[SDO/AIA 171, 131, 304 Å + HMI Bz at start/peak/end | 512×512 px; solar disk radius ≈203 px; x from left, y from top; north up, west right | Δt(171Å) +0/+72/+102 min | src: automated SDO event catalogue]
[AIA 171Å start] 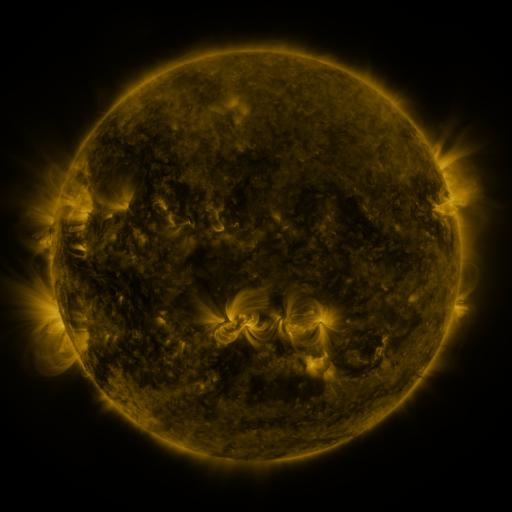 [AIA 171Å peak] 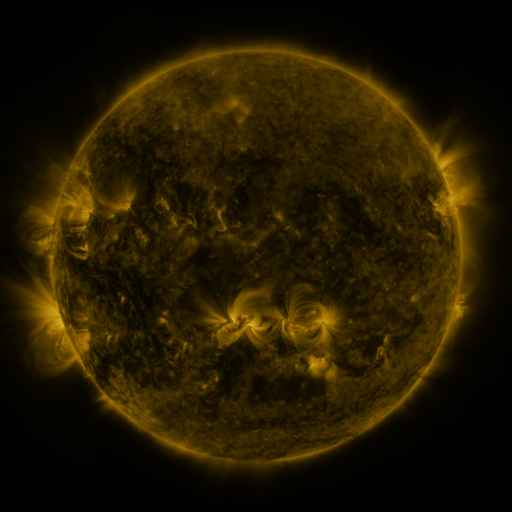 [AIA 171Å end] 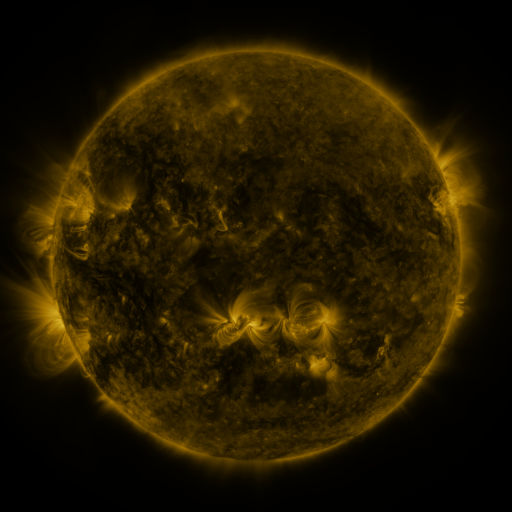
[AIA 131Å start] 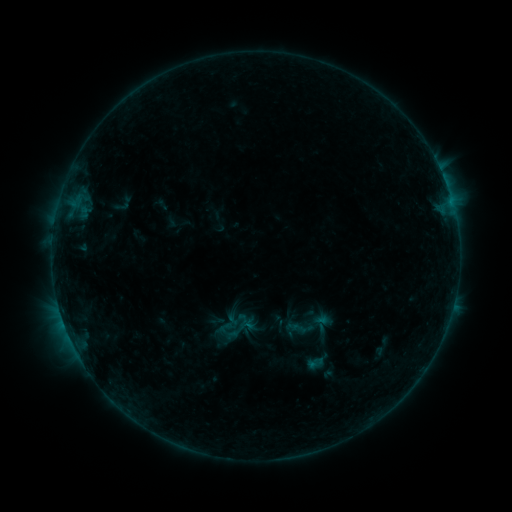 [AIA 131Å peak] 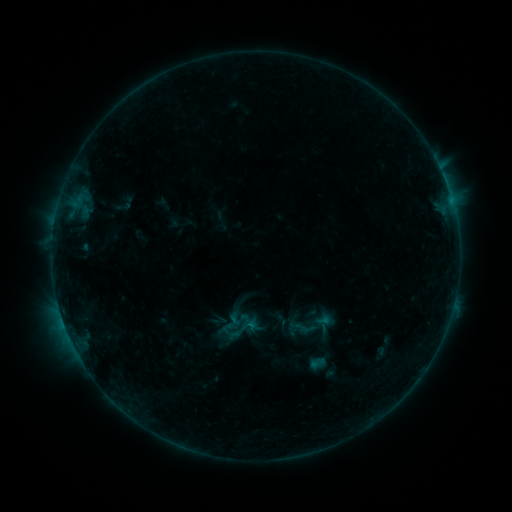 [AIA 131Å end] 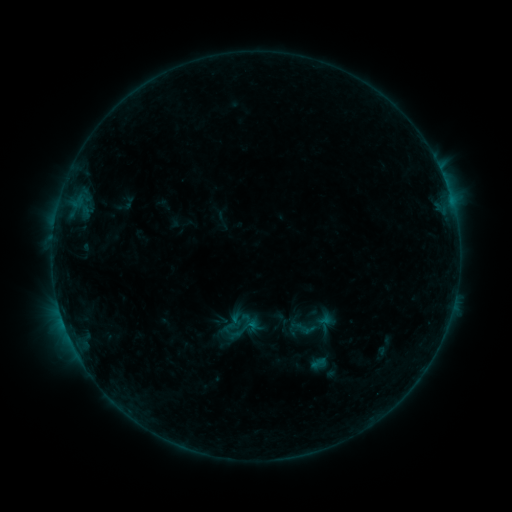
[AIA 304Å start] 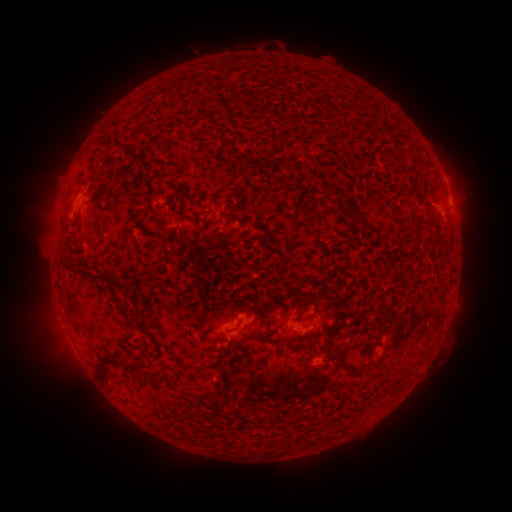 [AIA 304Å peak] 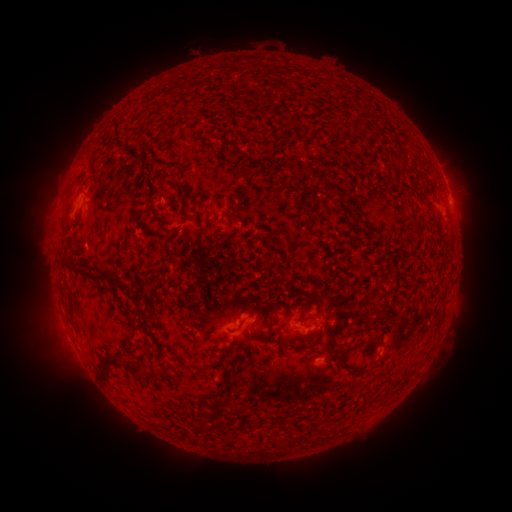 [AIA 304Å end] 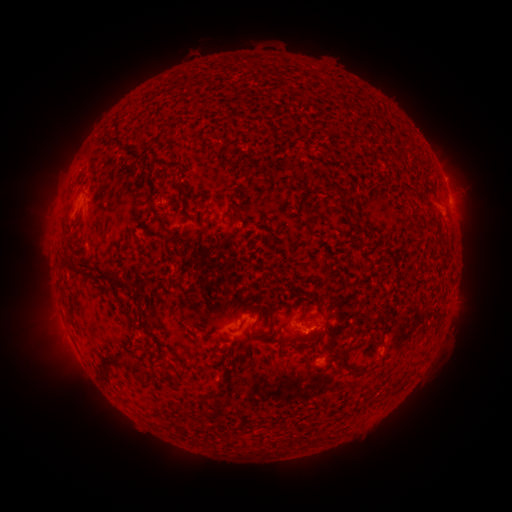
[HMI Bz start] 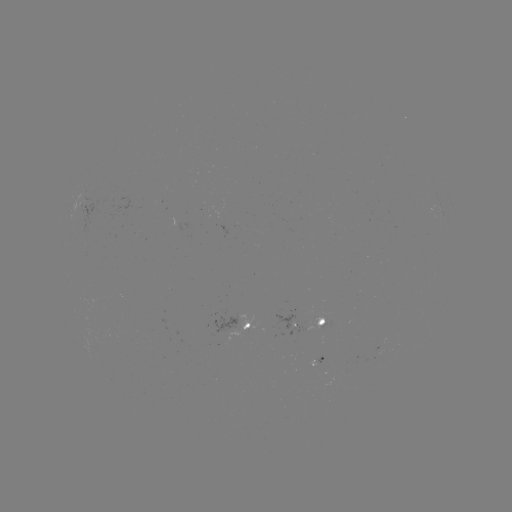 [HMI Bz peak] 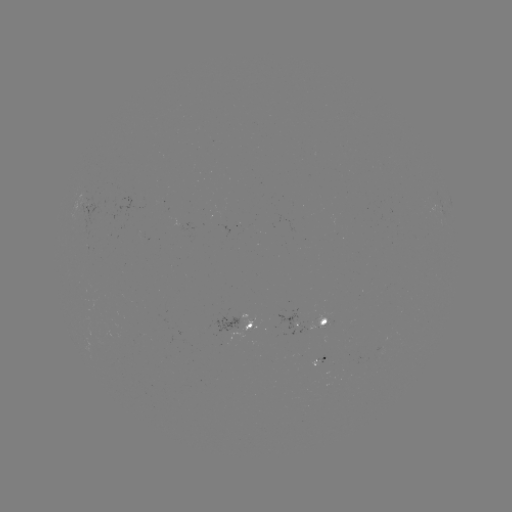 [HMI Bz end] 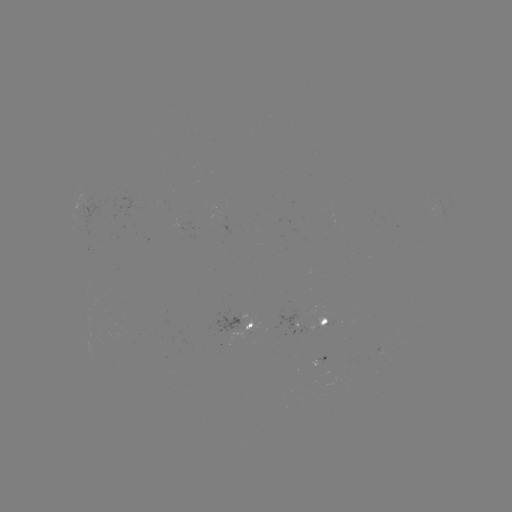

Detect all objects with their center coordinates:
emerging-flux region: (248, 328)
